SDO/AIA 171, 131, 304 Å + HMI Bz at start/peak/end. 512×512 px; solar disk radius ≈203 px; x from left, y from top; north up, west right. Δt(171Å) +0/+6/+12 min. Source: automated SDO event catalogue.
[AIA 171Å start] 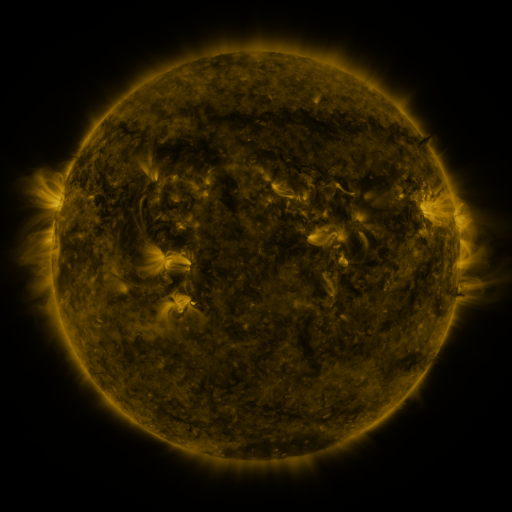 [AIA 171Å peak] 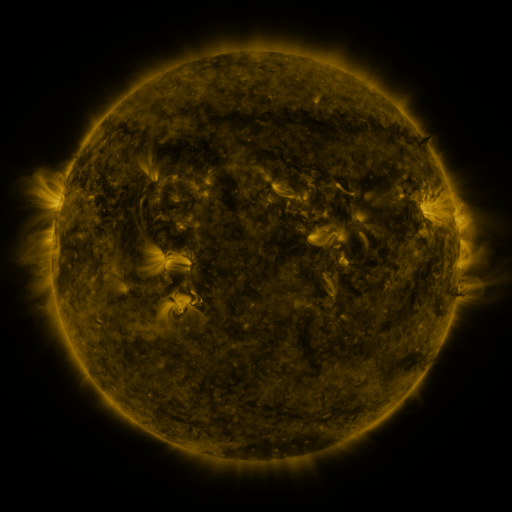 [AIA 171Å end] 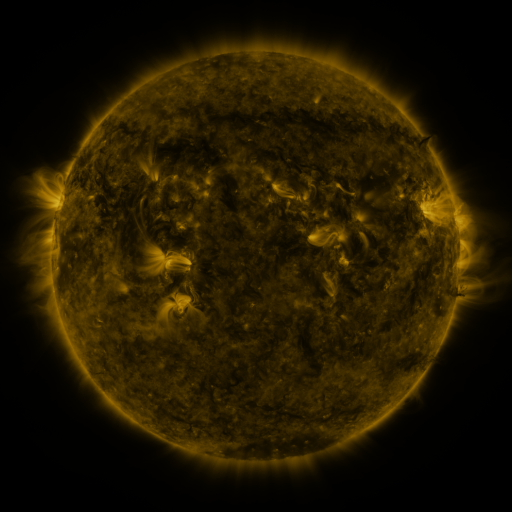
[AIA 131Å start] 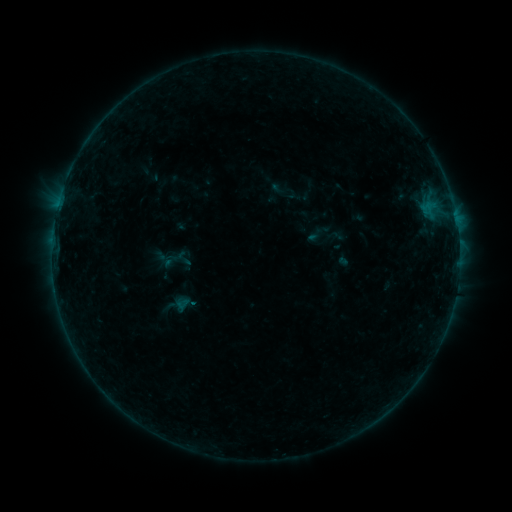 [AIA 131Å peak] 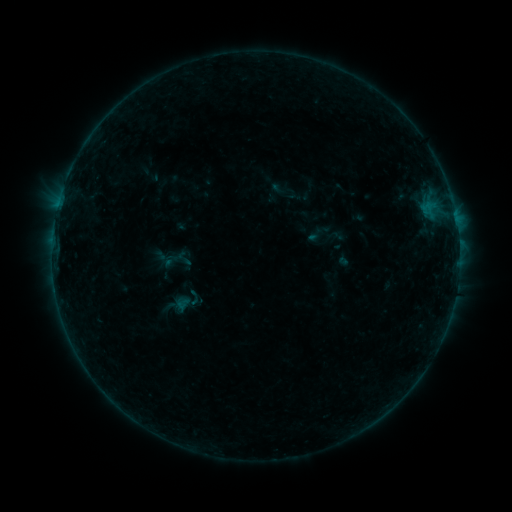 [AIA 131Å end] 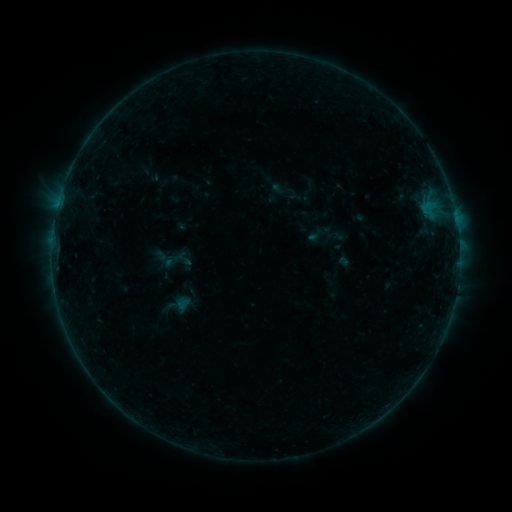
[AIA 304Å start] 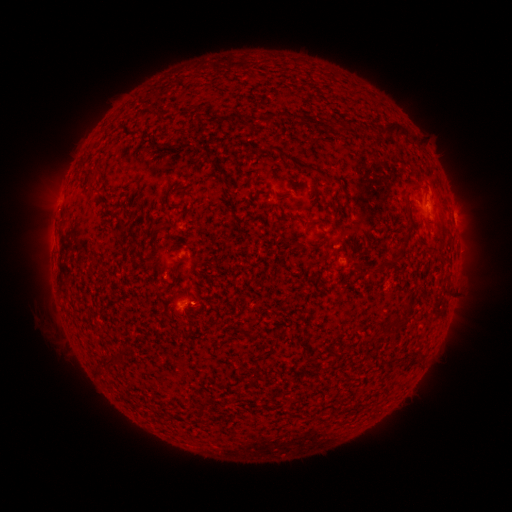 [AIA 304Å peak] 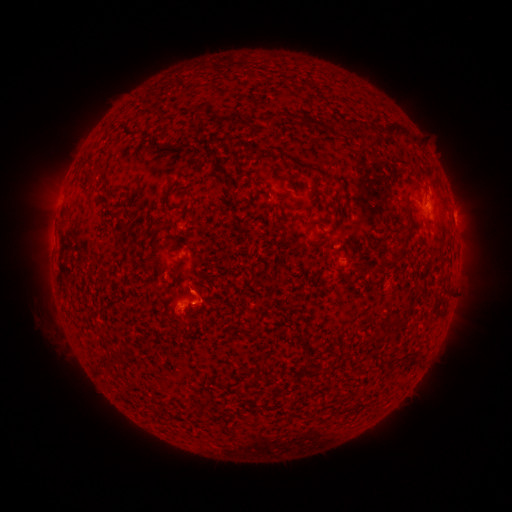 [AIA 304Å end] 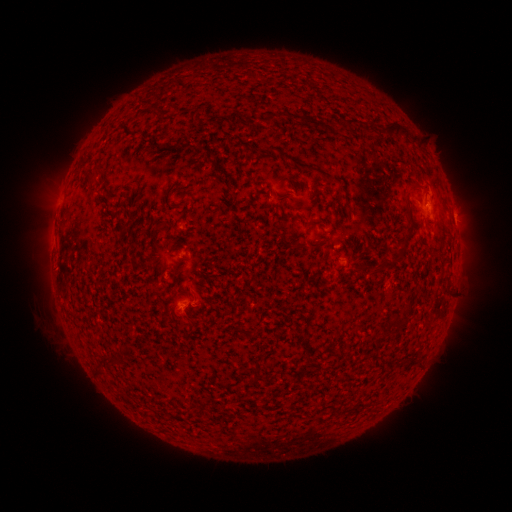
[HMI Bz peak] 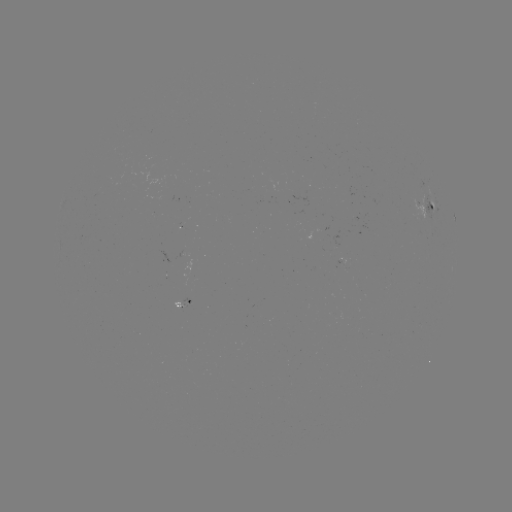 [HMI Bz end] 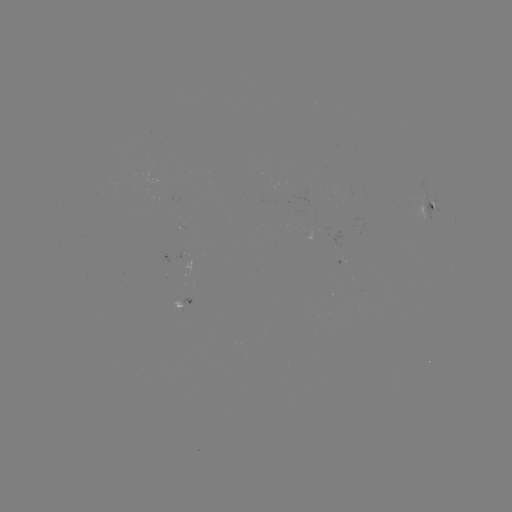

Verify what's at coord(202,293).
eruption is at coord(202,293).